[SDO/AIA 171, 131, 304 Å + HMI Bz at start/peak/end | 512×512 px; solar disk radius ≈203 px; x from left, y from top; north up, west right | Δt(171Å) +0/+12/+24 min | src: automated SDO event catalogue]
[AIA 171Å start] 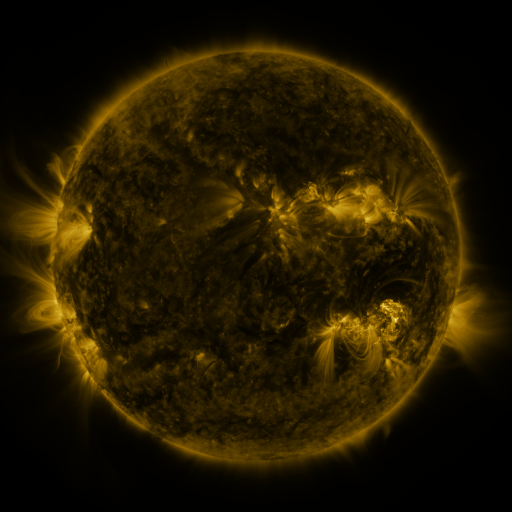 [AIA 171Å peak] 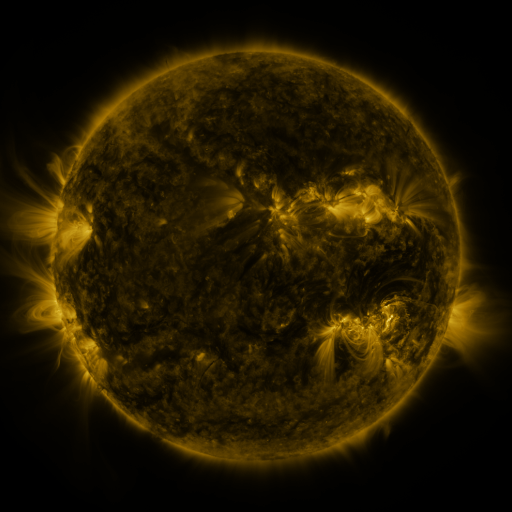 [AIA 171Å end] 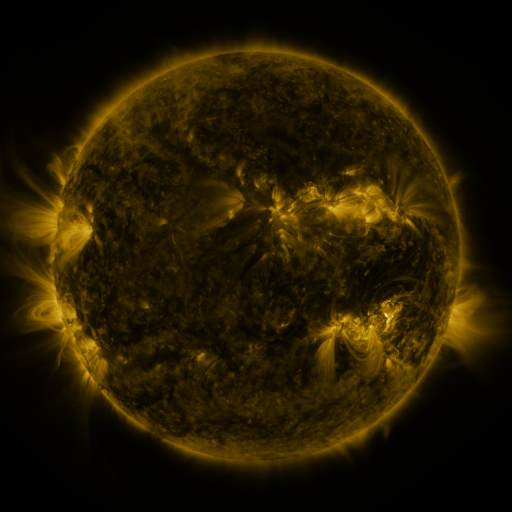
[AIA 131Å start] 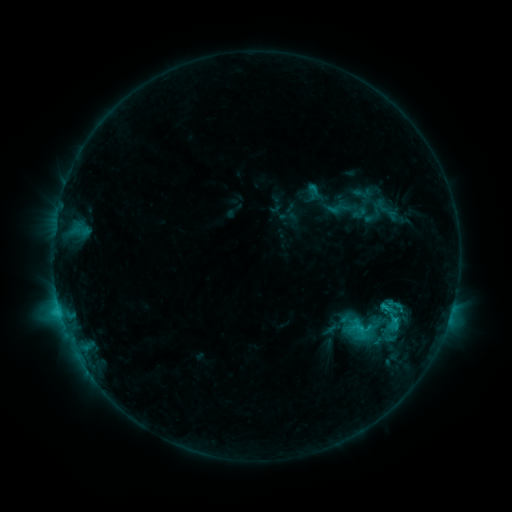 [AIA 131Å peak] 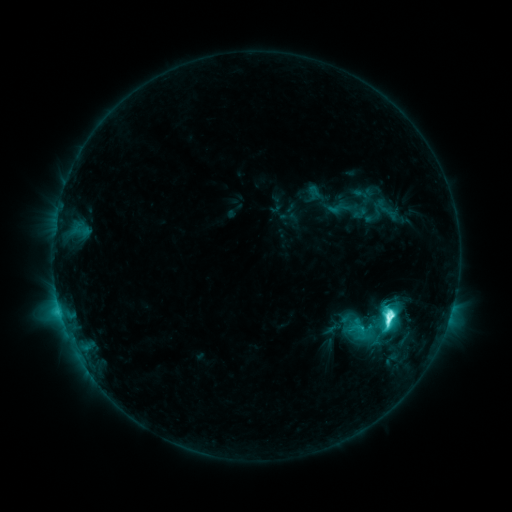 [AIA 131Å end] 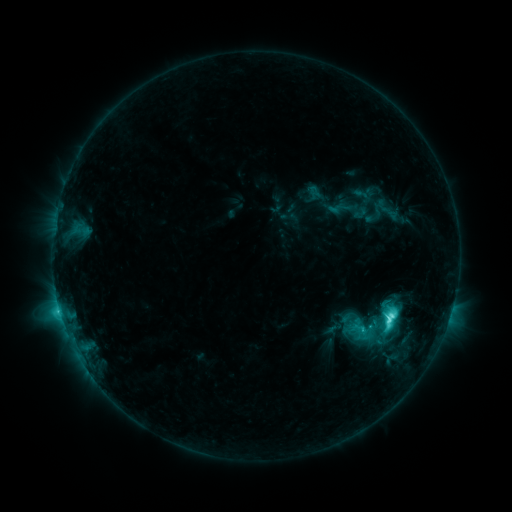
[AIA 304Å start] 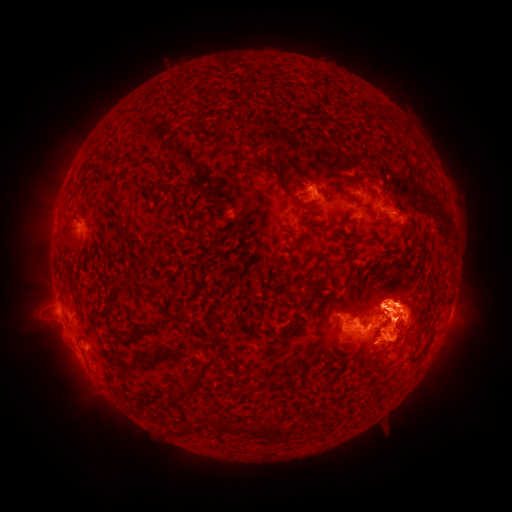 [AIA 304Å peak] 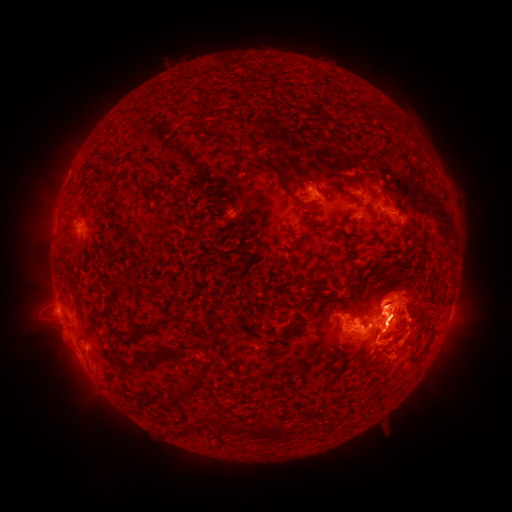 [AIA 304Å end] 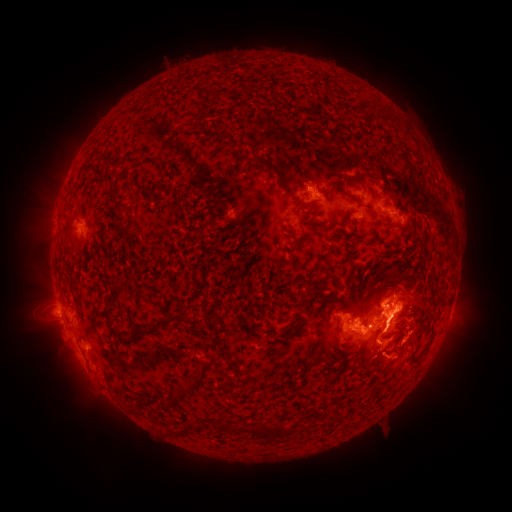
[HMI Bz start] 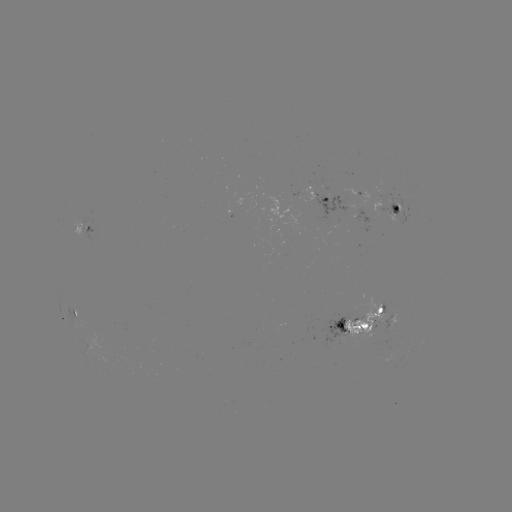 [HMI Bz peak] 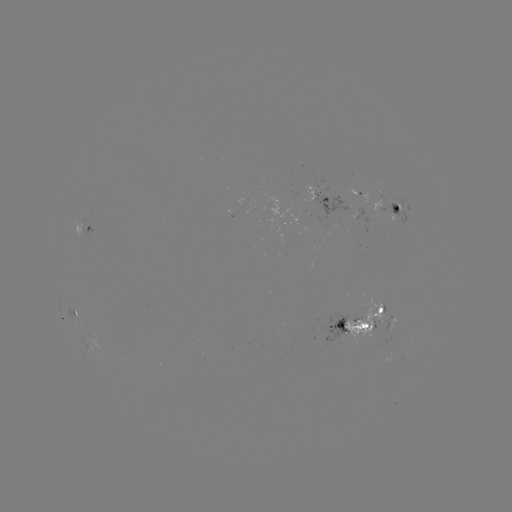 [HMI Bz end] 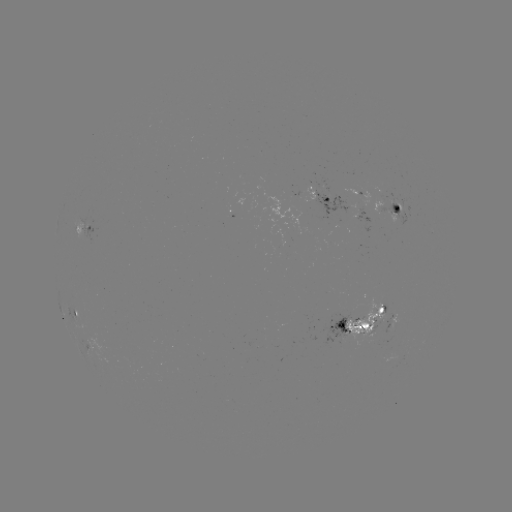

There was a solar flare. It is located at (387, 317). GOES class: M1.2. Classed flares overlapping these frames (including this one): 1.